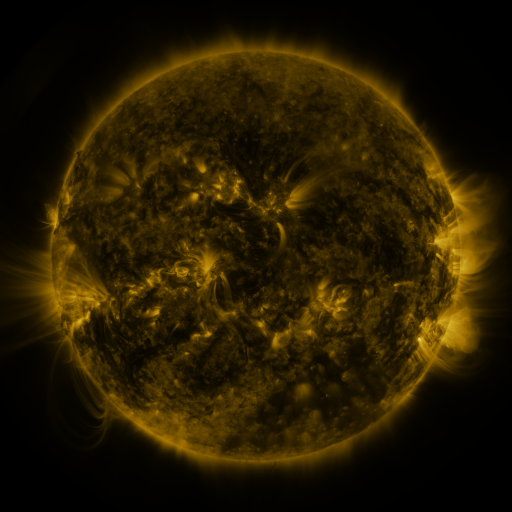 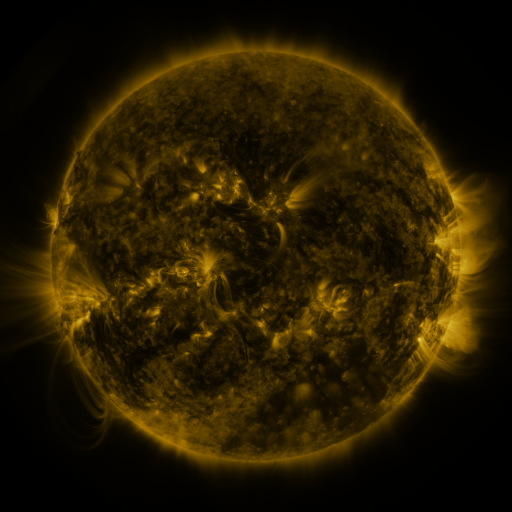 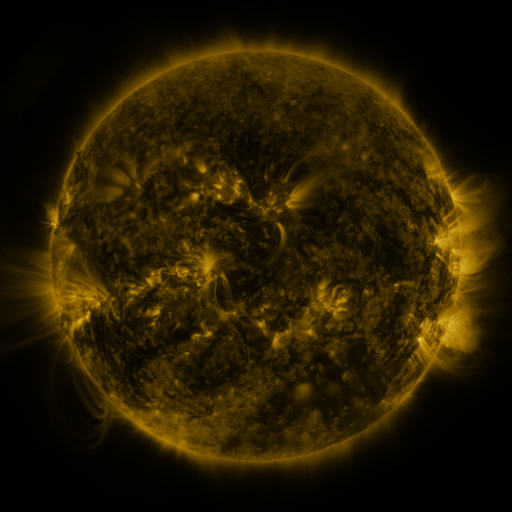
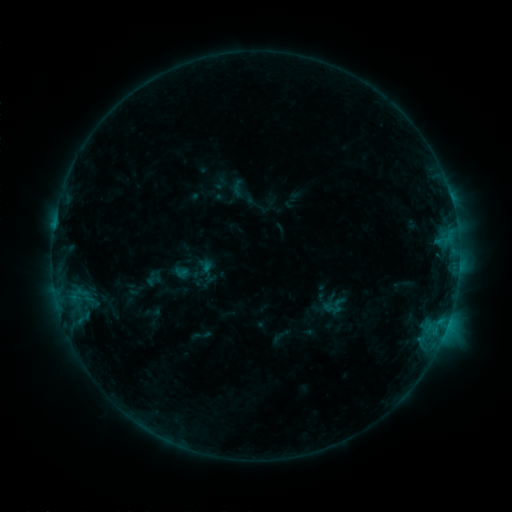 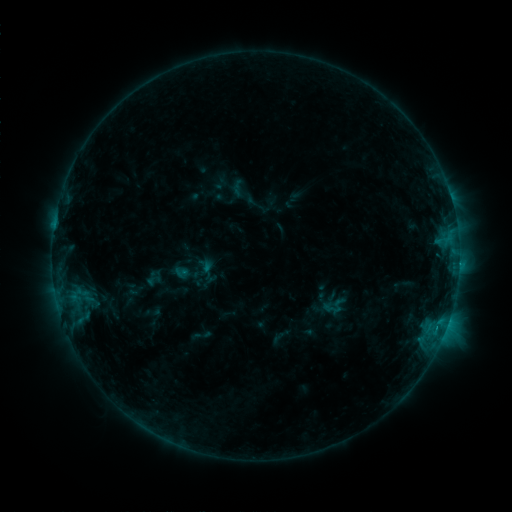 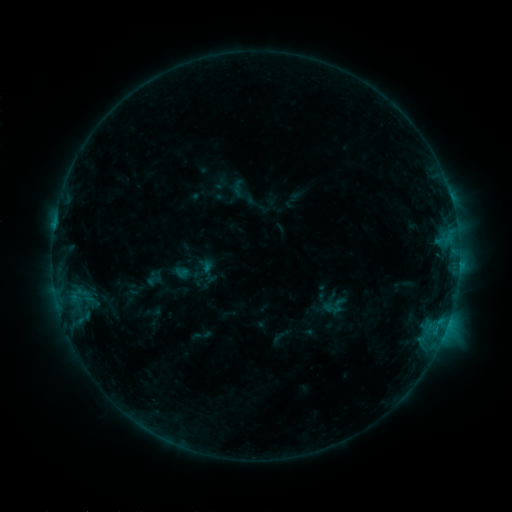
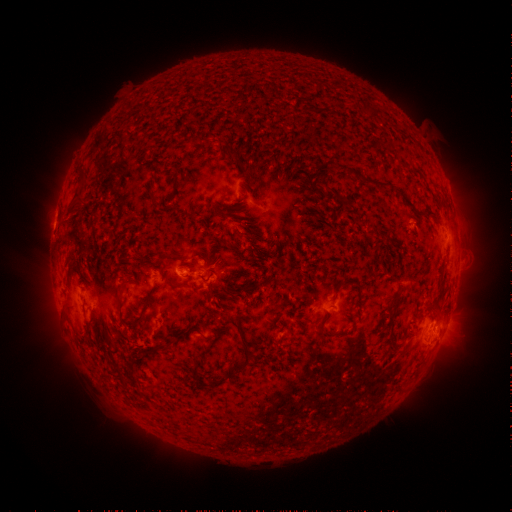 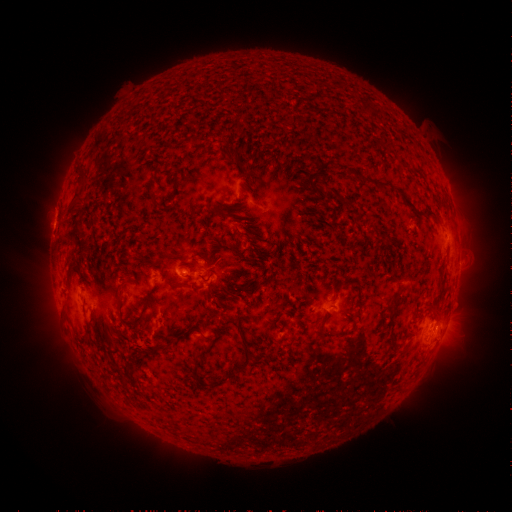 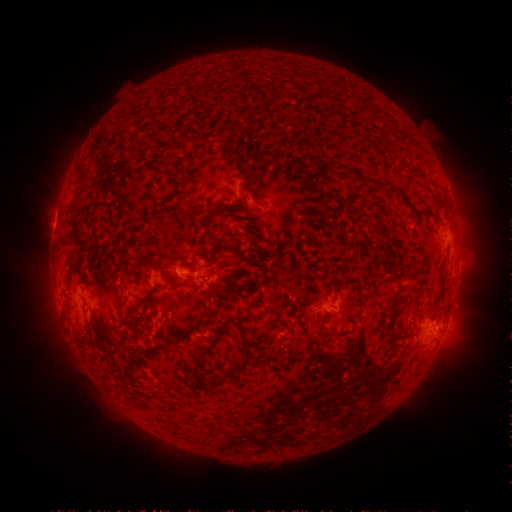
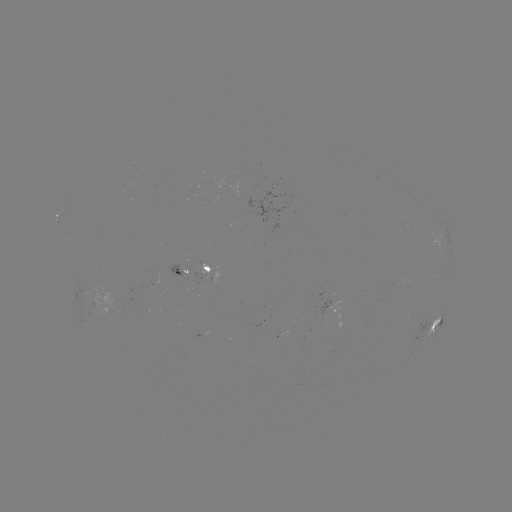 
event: flare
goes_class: C1.1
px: (438, 325)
